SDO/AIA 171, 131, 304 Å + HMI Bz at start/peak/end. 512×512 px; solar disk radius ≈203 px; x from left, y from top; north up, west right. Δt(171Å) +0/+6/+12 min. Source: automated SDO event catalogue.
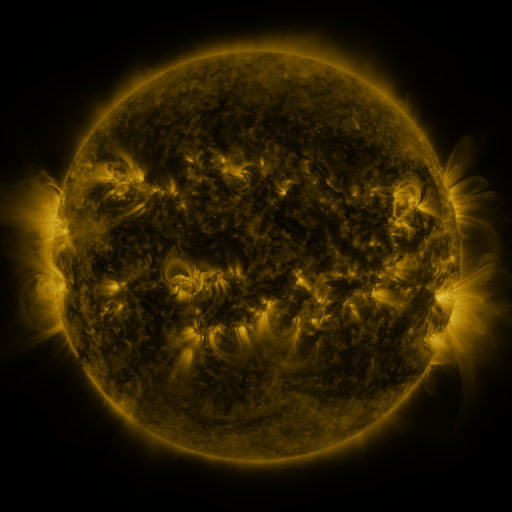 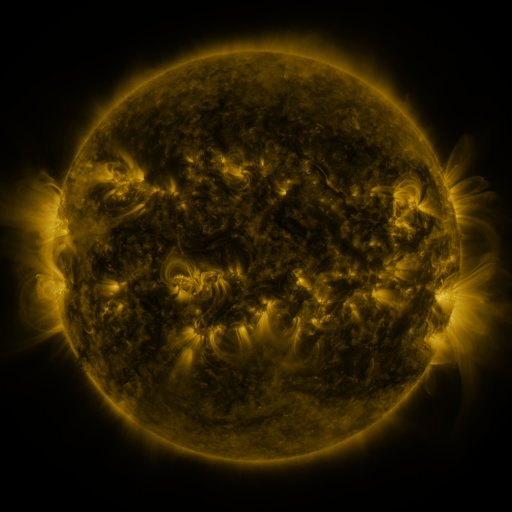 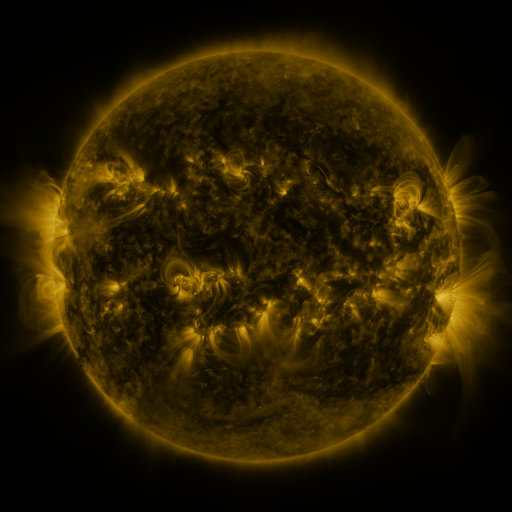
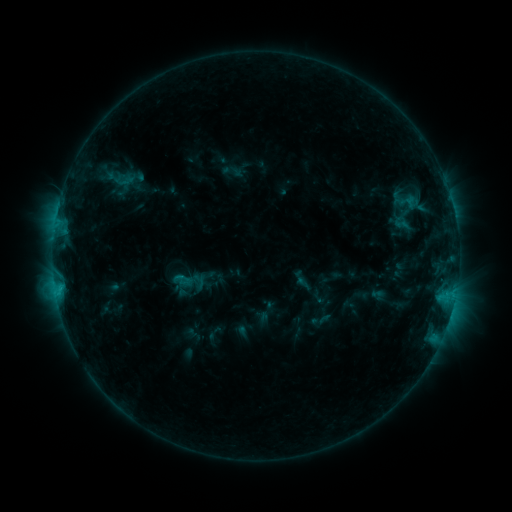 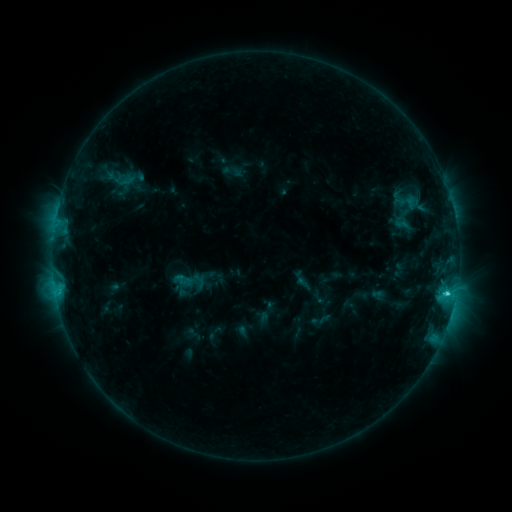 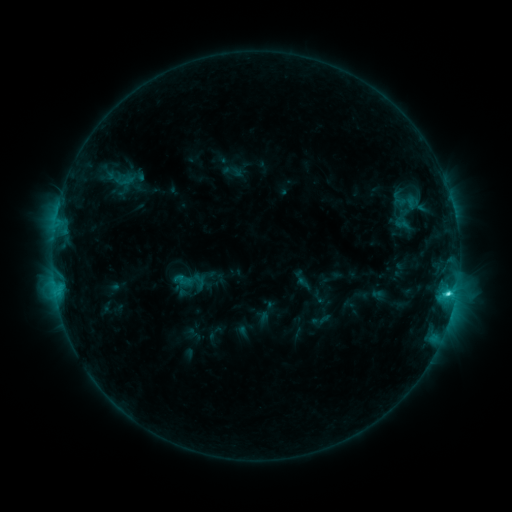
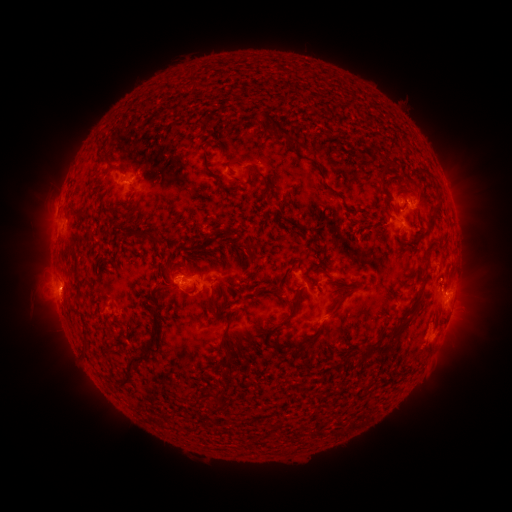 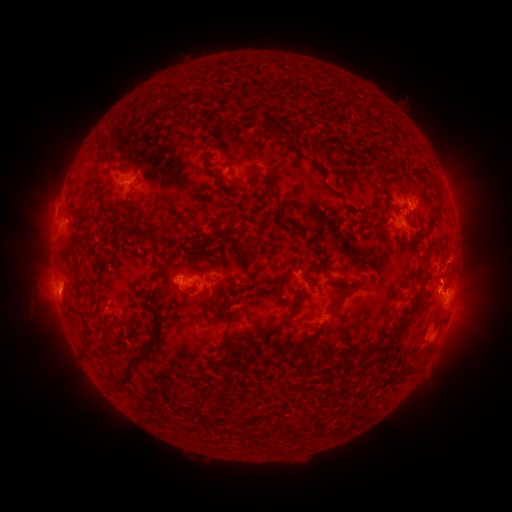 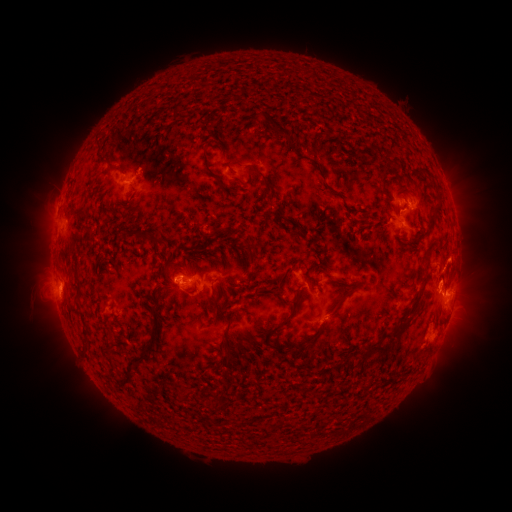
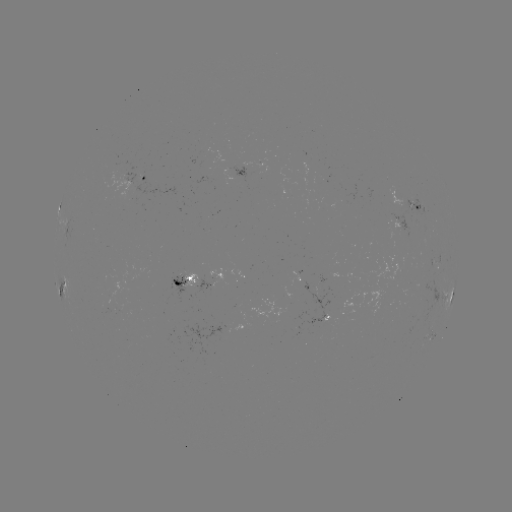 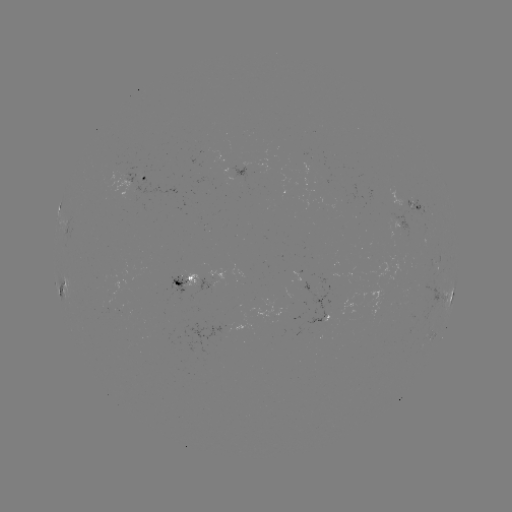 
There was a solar eruption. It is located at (457, 267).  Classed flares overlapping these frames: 1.